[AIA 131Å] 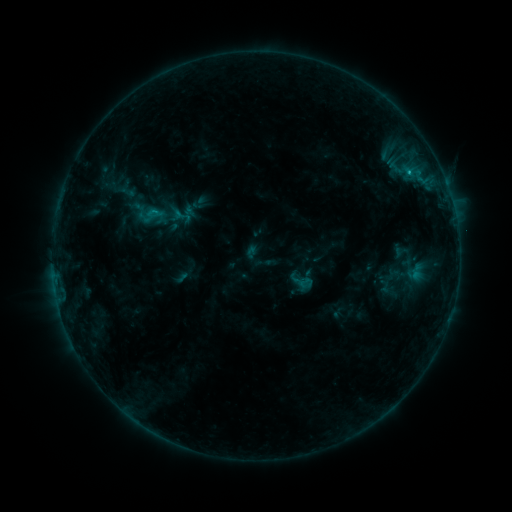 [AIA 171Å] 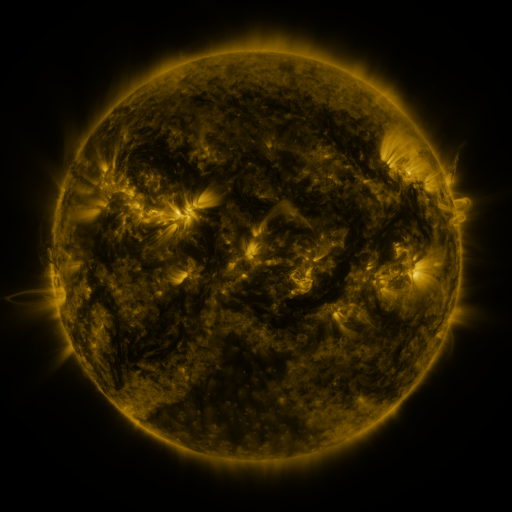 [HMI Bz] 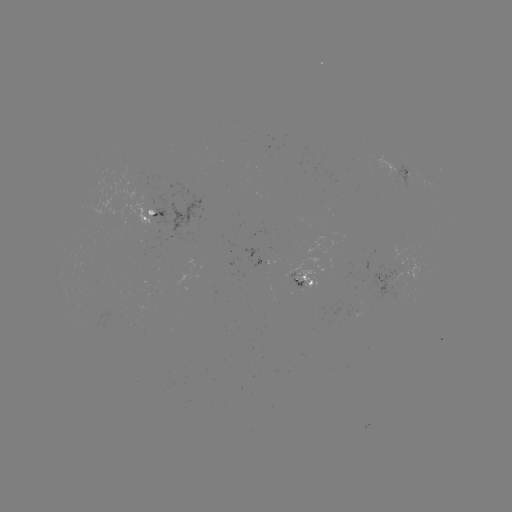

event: sigmoid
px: (301, 281)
